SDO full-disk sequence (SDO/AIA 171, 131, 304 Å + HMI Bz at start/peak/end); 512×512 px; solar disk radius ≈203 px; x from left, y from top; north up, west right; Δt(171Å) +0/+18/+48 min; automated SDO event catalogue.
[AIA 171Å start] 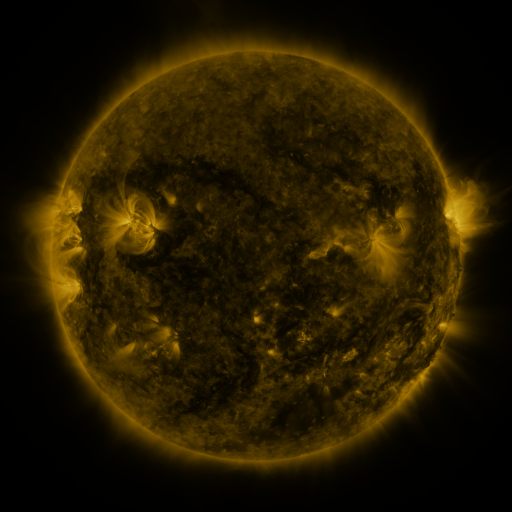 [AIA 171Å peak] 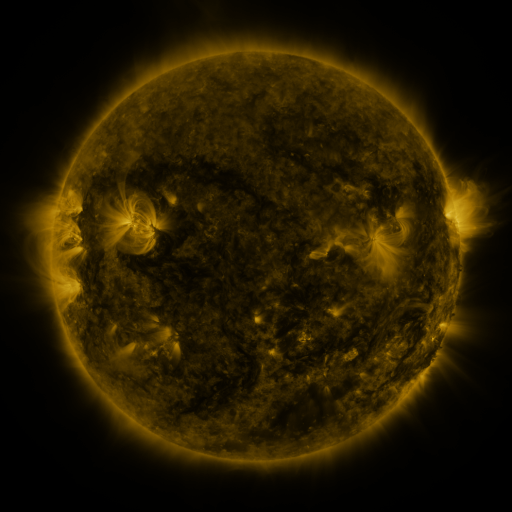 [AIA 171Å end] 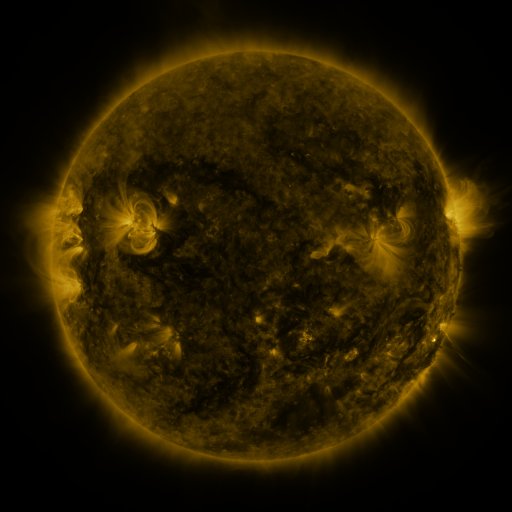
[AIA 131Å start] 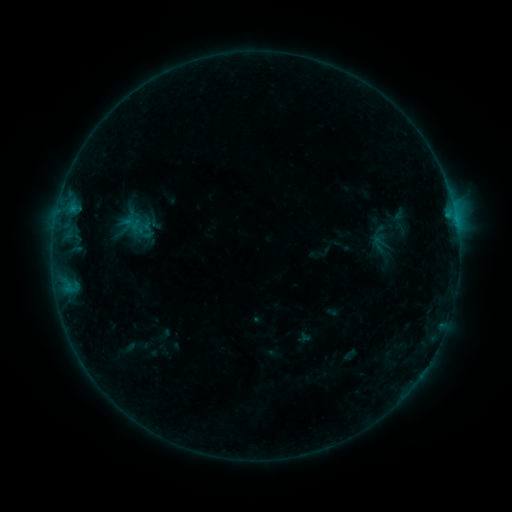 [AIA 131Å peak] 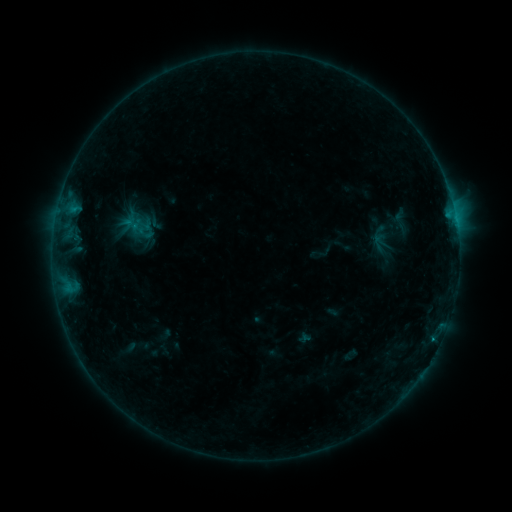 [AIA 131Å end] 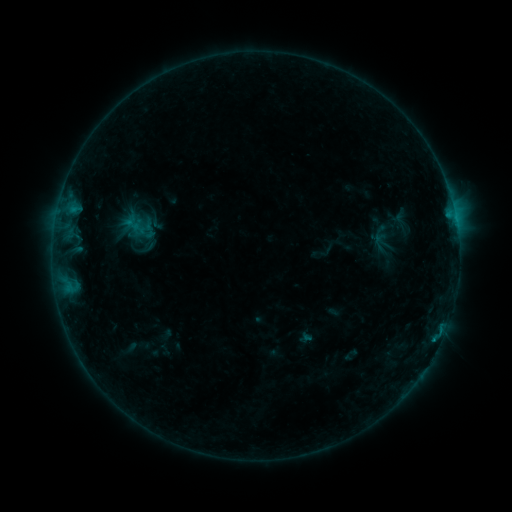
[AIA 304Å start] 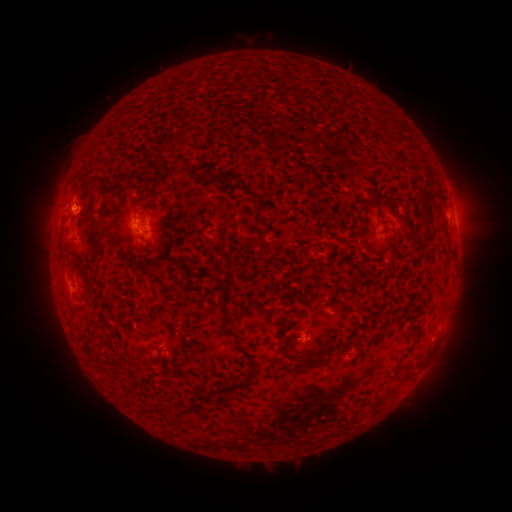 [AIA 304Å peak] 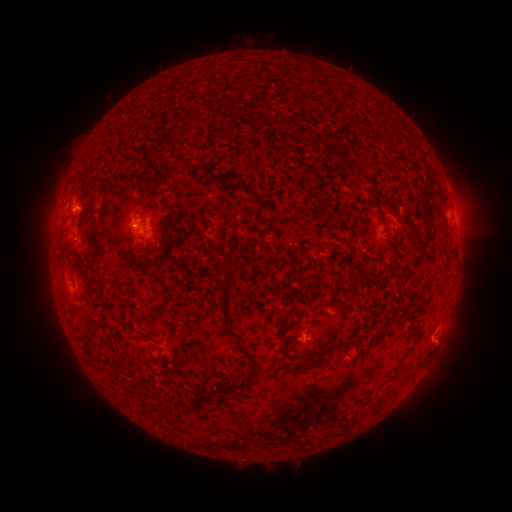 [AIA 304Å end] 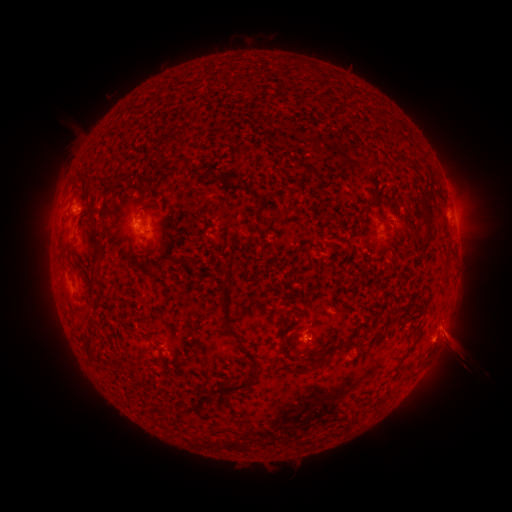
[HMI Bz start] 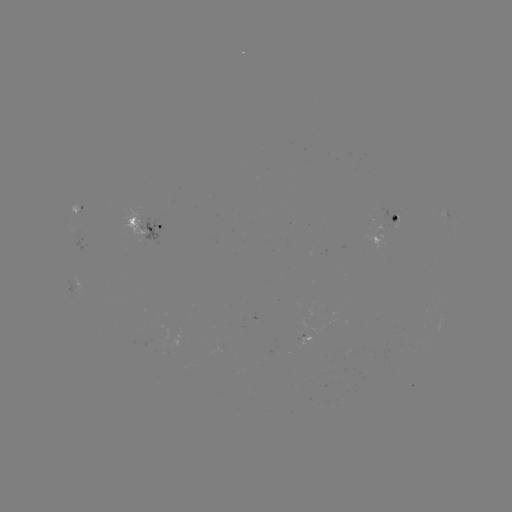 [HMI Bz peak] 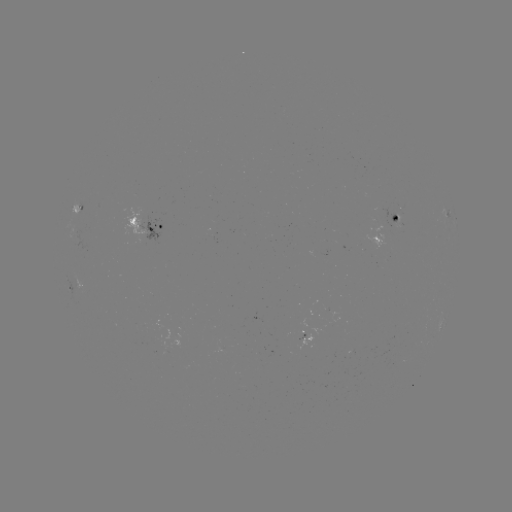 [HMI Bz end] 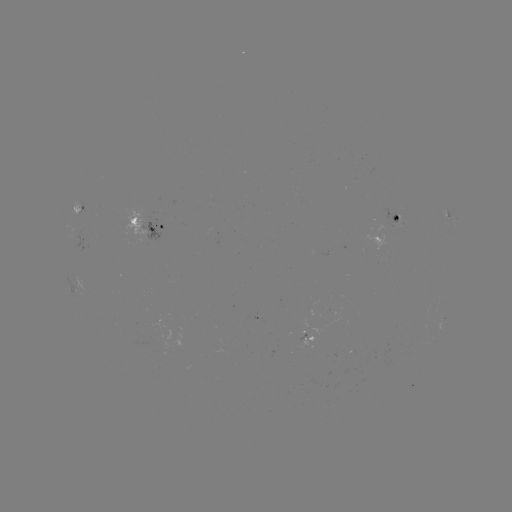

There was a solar flare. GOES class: B5.4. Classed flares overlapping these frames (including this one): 3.